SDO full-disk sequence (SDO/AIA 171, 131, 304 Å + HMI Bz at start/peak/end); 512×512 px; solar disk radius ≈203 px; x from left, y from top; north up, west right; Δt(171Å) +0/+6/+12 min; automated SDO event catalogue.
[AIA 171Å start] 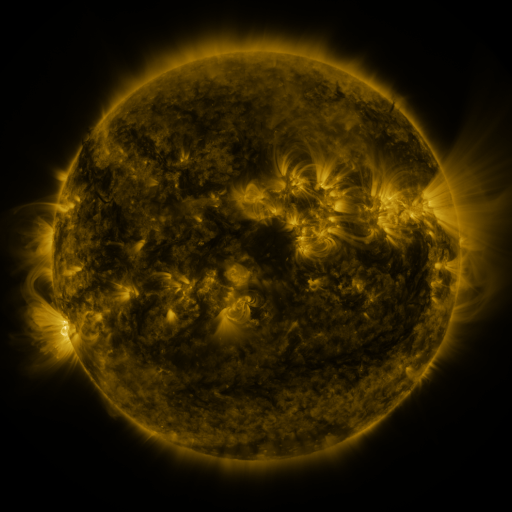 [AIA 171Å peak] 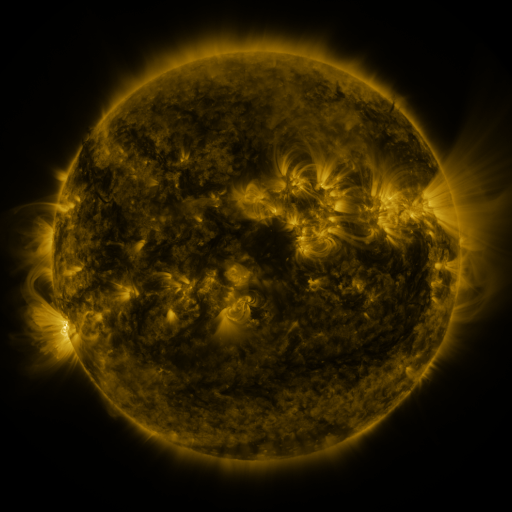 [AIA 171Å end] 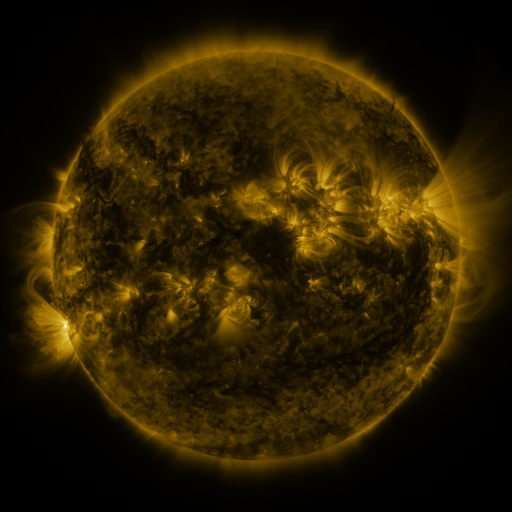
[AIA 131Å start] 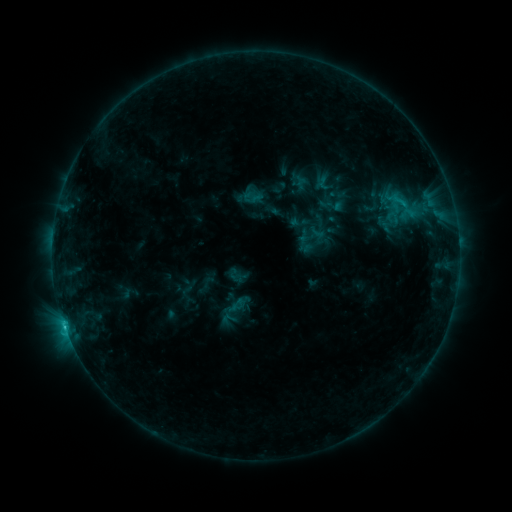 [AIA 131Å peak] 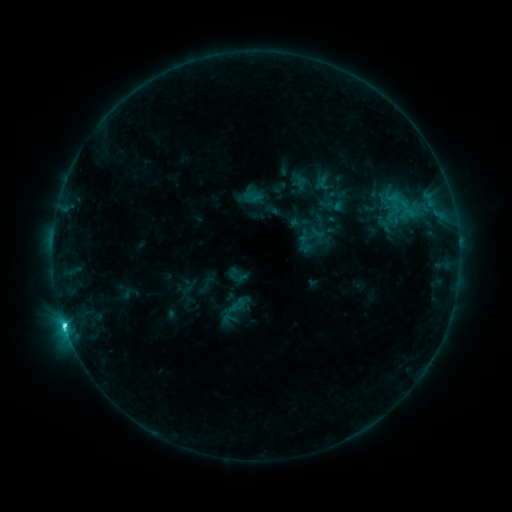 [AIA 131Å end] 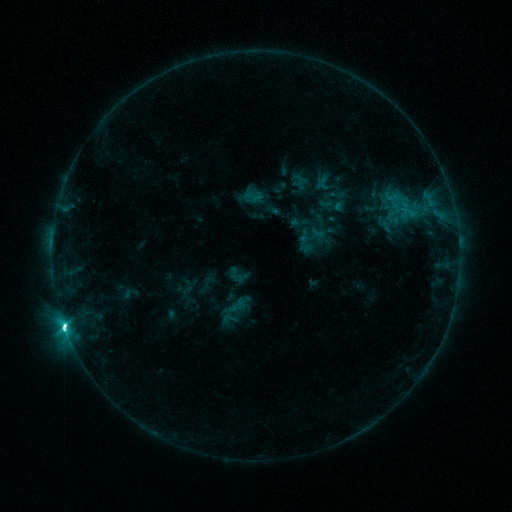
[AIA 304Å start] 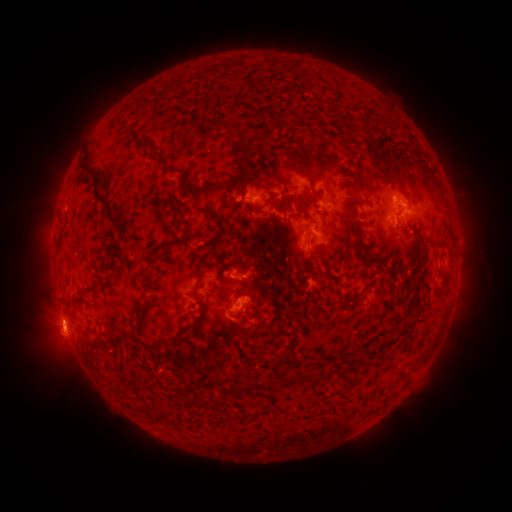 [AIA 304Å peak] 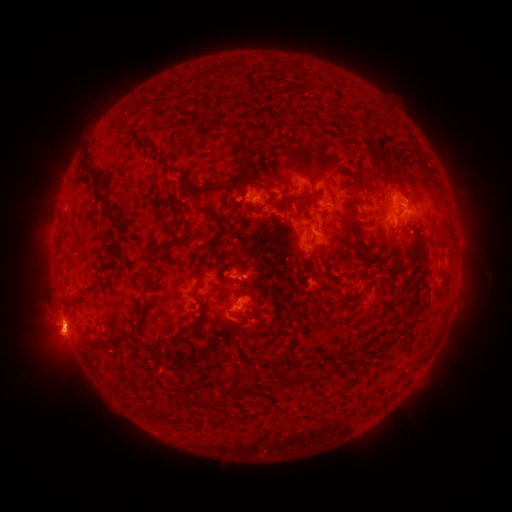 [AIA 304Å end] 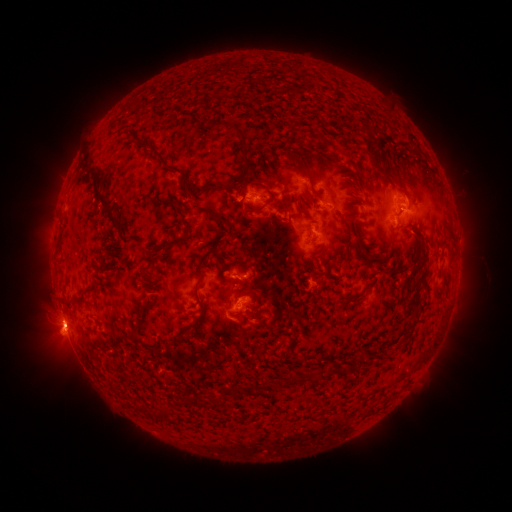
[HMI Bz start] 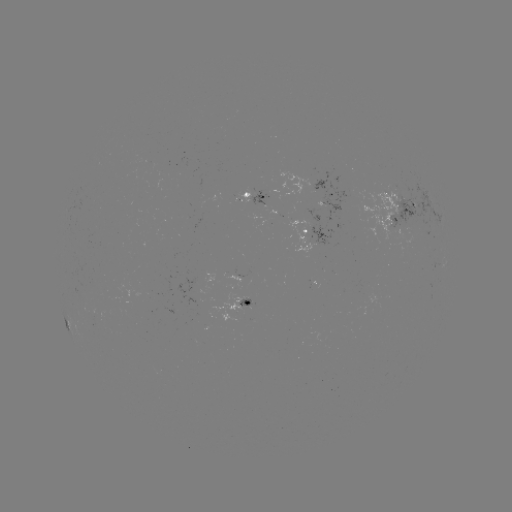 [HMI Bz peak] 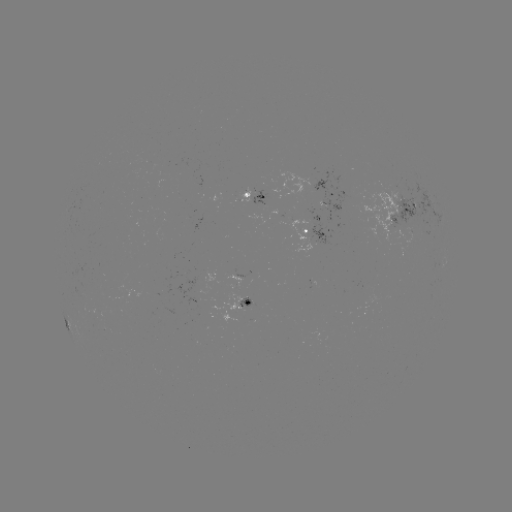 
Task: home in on M1.0 flare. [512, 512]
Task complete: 65,322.